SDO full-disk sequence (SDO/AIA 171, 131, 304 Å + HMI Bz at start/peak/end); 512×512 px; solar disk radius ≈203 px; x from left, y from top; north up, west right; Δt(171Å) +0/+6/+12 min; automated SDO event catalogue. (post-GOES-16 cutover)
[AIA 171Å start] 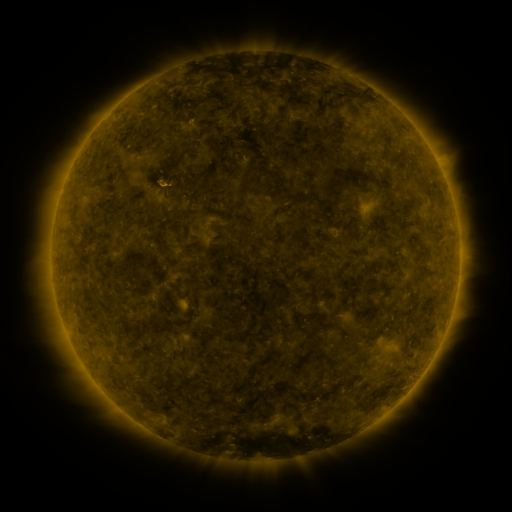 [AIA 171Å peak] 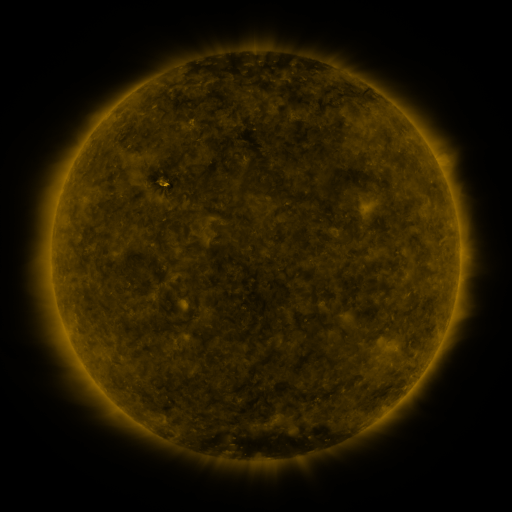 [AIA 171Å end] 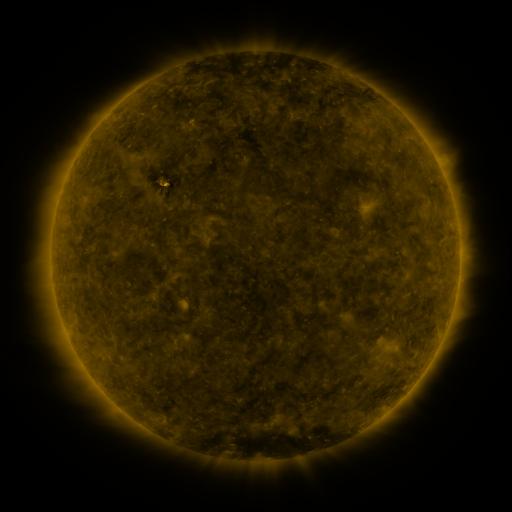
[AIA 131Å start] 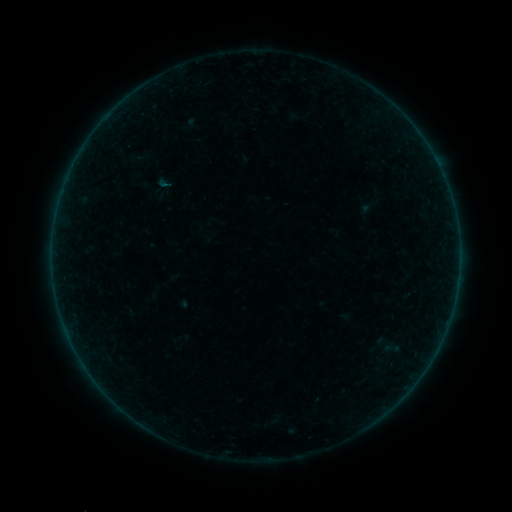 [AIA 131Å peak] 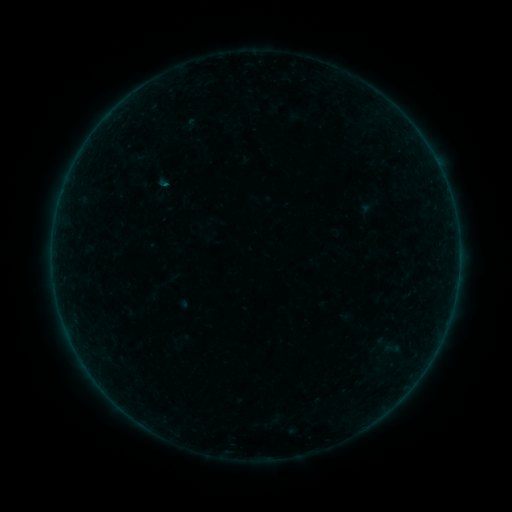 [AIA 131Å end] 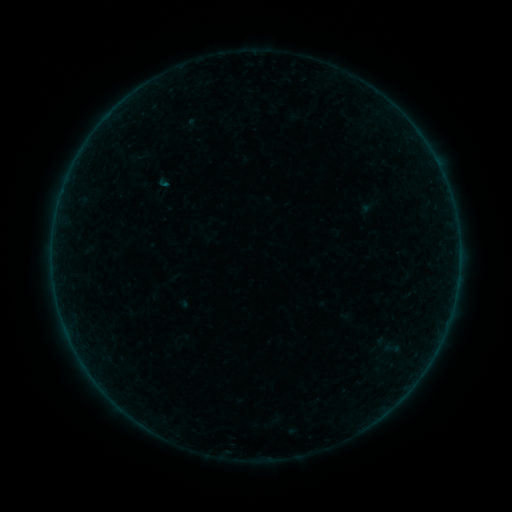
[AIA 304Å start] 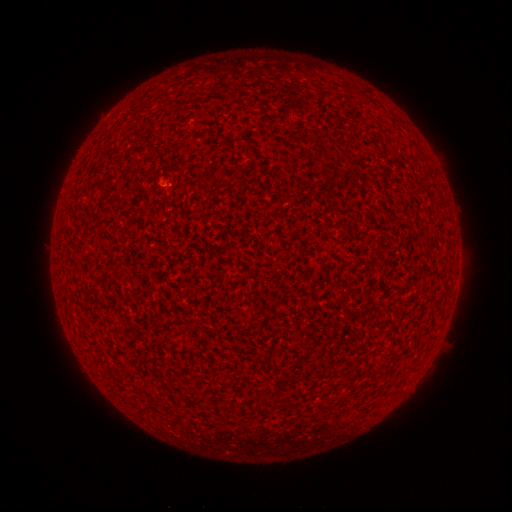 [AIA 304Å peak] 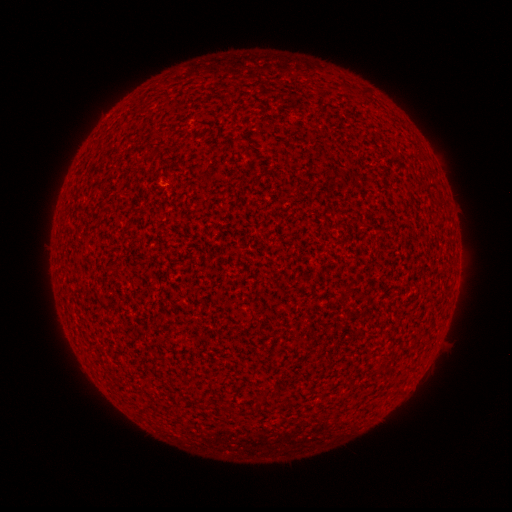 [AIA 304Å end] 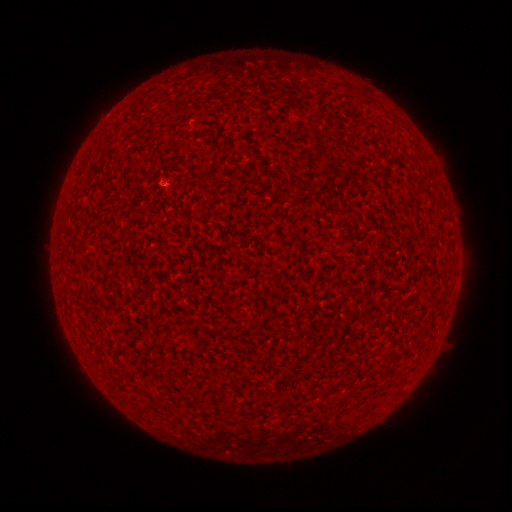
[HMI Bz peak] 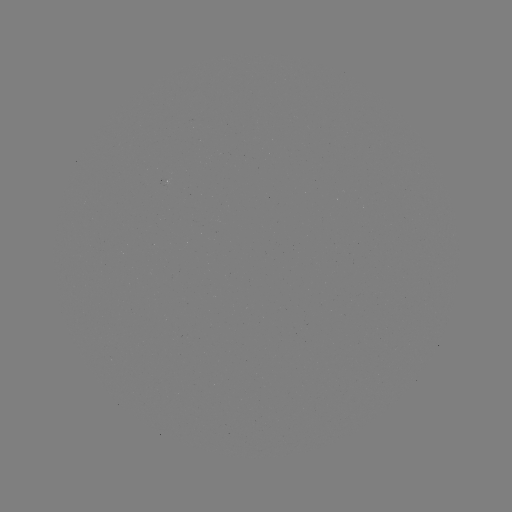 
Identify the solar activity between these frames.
B1.0 flare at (161, 165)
